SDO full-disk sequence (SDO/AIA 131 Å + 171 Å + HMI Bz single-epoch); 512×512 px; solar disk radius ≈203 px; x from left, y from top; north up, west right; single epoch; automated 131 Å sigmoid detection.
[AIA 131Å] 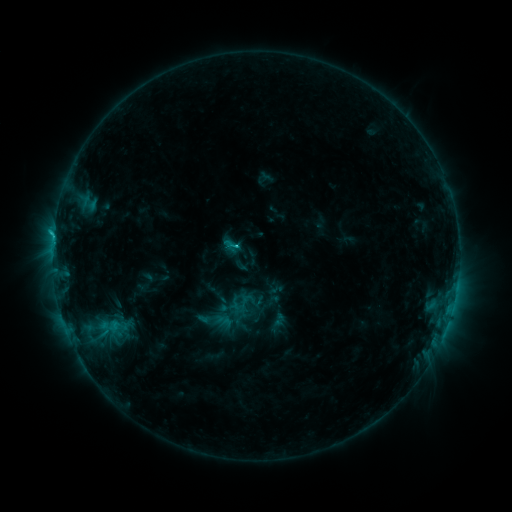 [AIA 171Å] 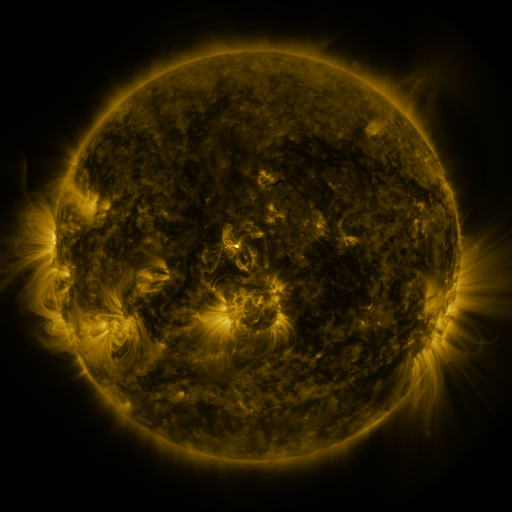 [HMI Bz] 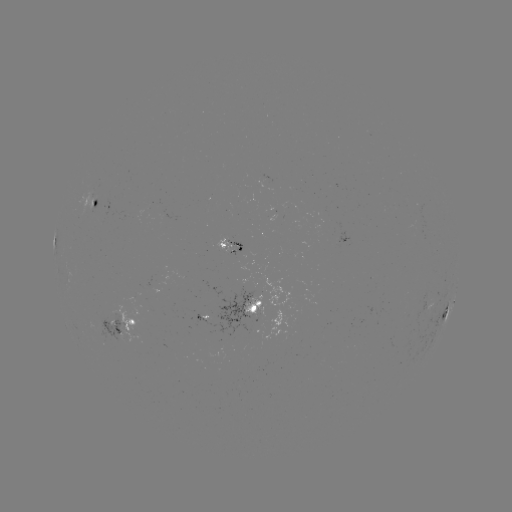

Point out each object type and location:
sigmoid: [270, 312, 287, 329]
